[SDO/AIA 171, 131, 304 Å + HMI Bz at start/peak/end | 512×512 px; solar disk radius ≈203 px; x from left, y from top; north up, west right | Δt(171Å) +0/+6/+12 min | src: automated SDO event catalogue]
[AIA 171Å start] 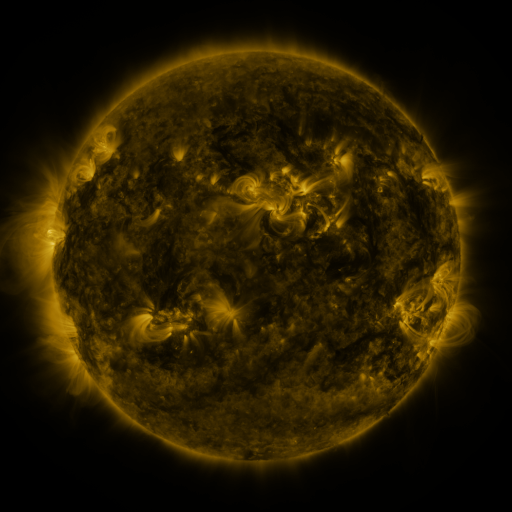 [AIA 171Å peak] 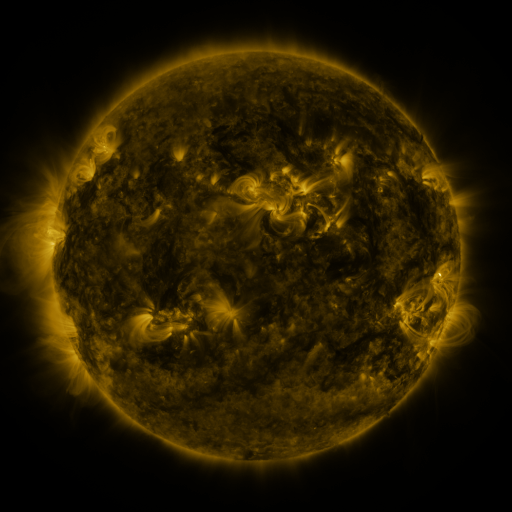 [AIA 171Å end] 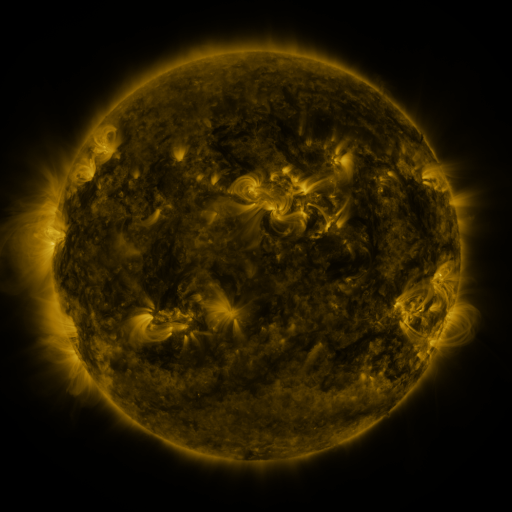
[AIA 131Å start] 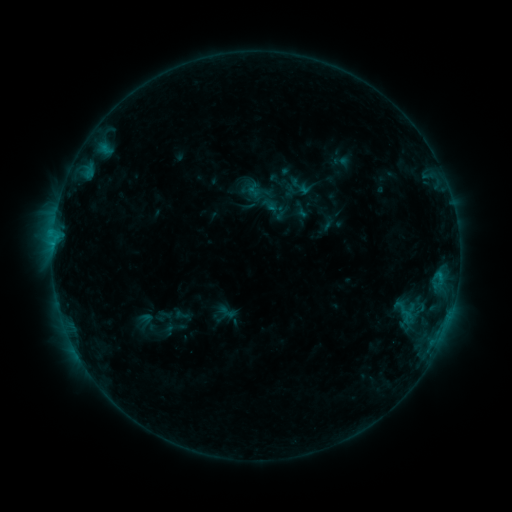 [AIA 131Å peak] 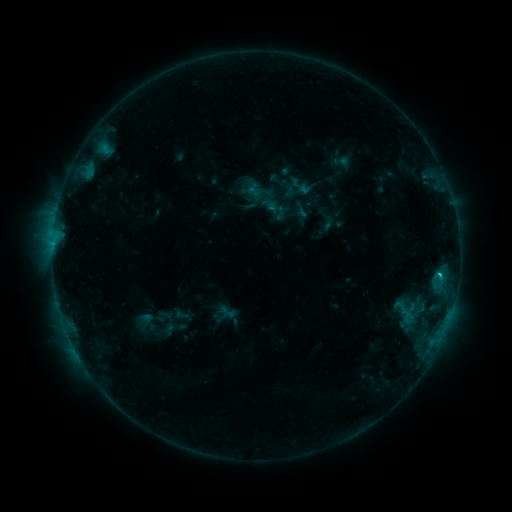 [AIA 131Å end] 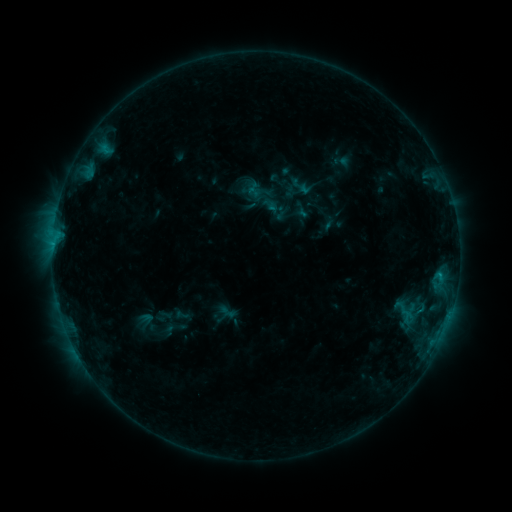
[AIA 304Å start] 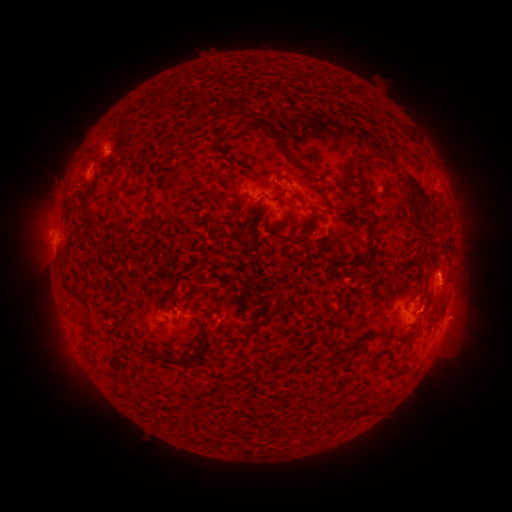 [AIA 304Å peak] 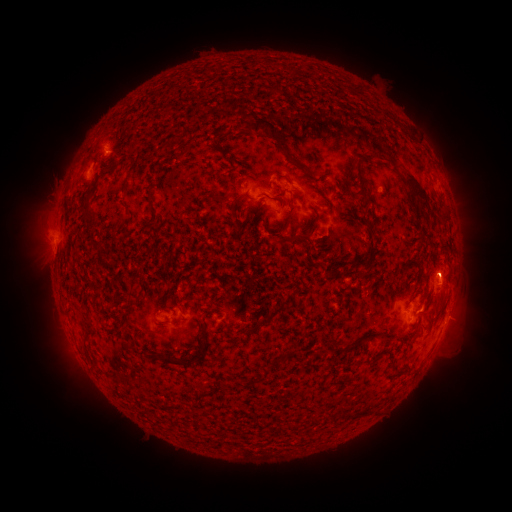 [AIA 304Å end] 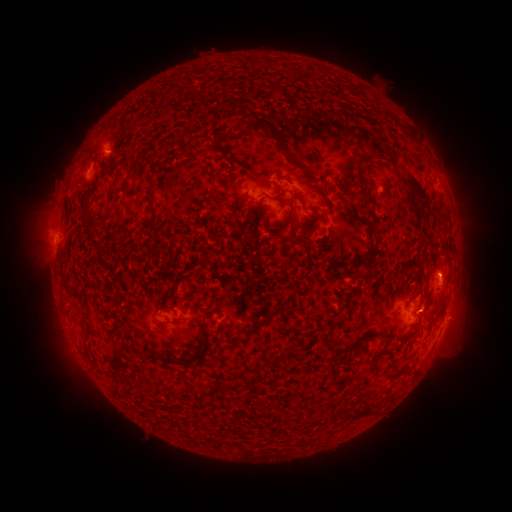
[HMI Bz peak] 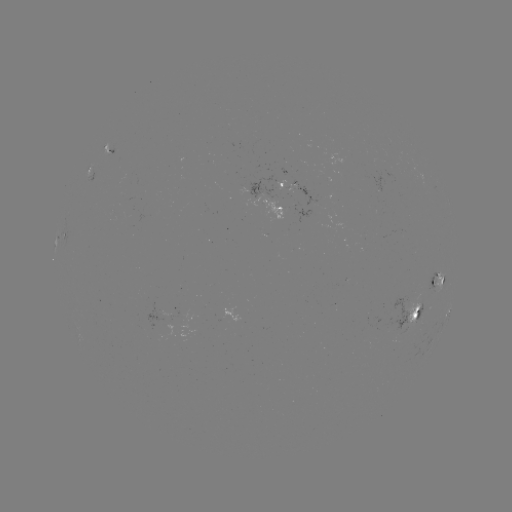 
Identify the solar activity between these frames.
B9.2 flare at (436, 271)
